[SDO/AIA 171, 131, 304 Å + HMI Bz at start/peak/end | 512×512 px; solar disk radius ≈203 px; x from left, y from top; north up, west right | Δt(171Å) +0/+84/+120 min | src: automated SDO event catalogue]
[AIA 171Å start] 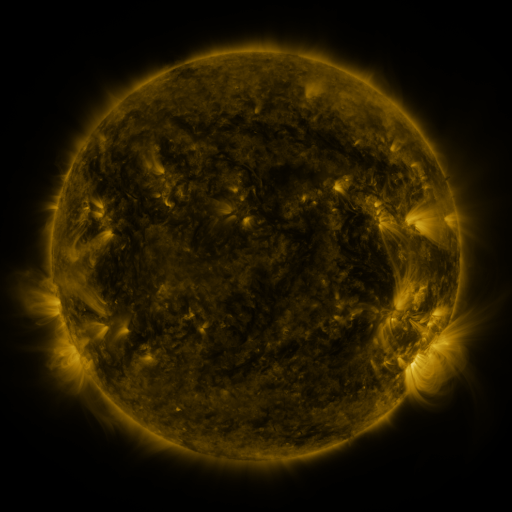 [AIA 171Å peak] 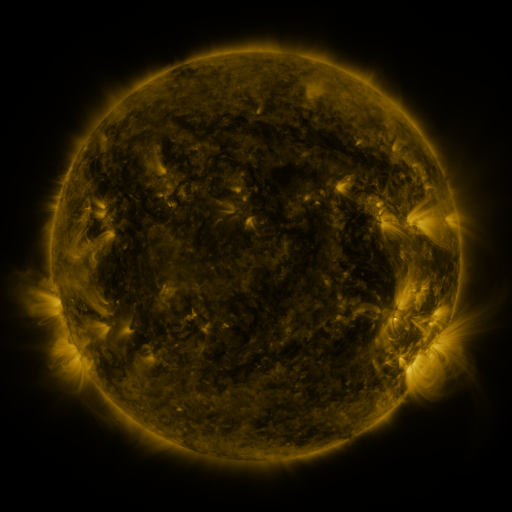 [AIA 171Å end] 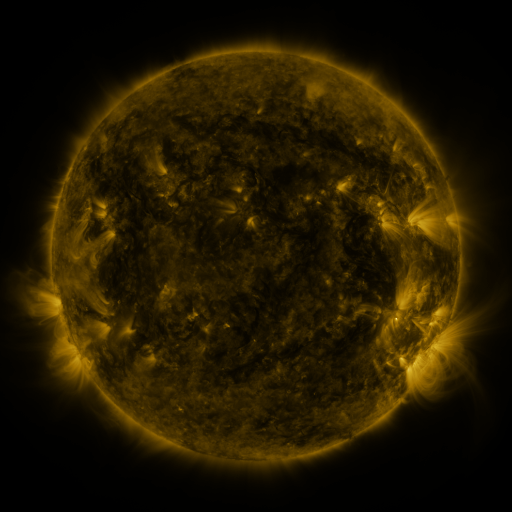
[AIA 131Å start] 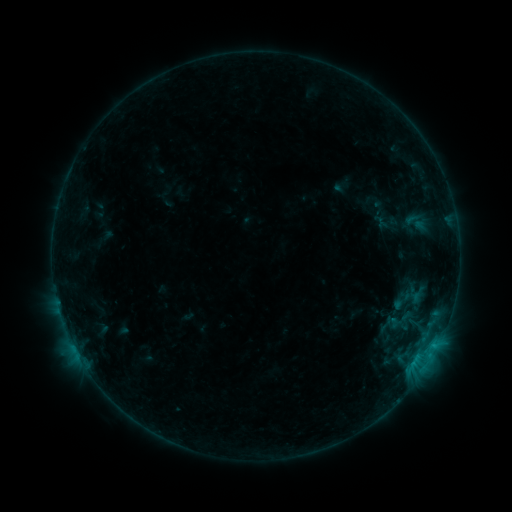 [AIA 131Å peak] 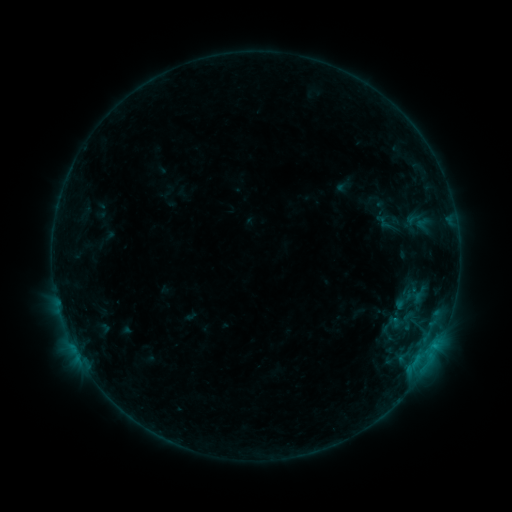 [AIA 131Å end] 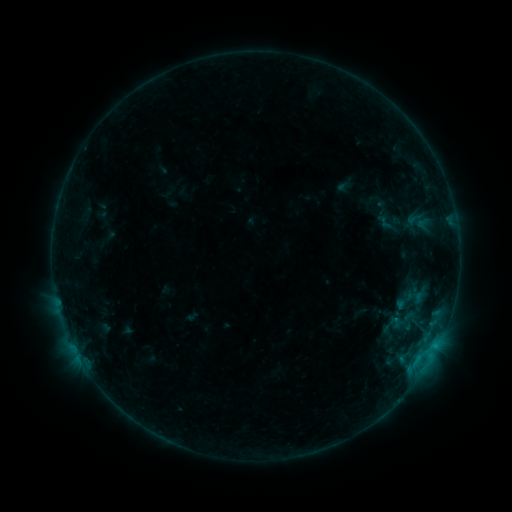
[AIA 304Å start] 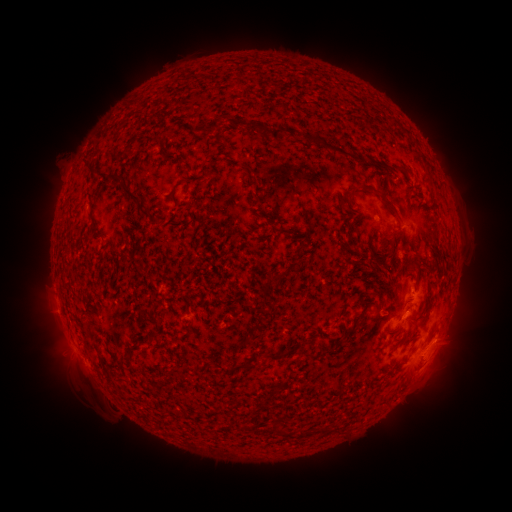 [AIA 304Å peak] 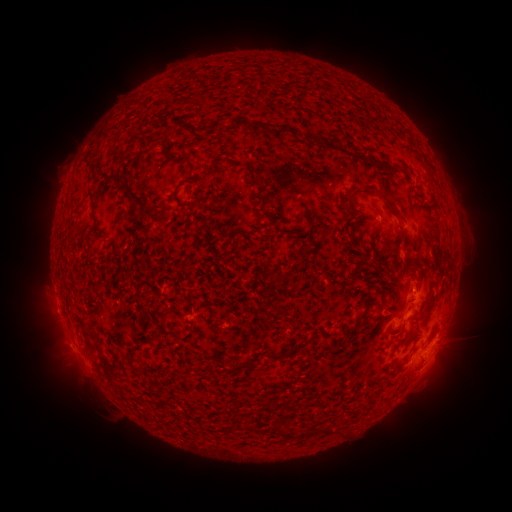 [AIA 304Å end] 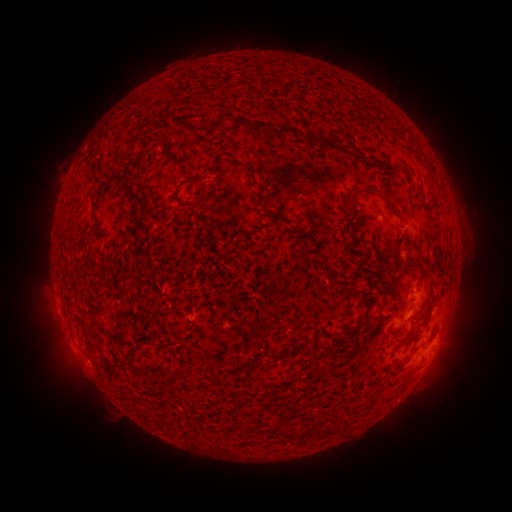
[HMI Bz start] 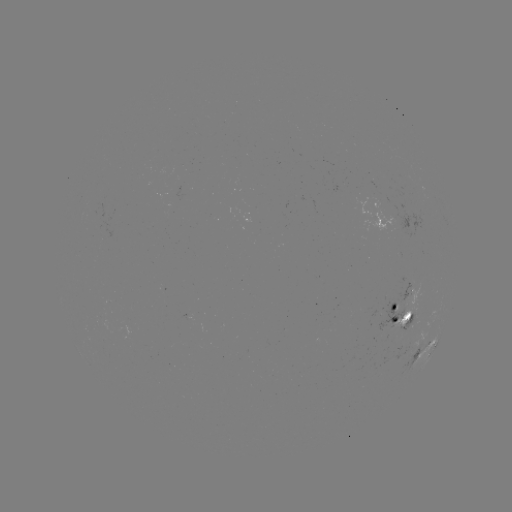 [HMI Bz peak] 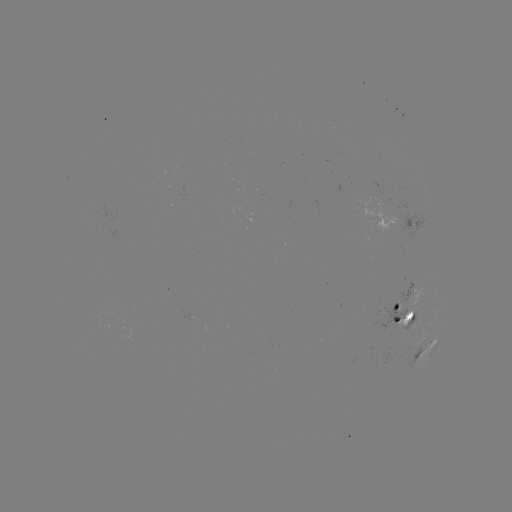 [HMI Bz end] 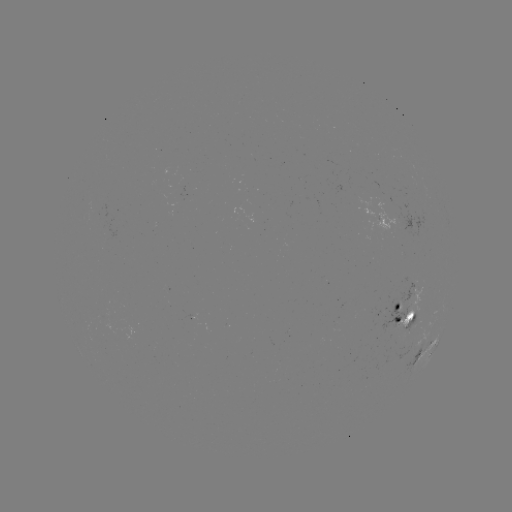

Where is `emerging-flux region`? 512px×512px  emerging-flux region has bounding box [178, 186, 189, 200].